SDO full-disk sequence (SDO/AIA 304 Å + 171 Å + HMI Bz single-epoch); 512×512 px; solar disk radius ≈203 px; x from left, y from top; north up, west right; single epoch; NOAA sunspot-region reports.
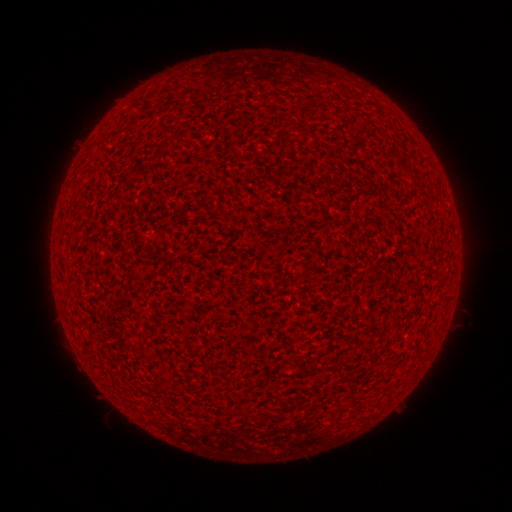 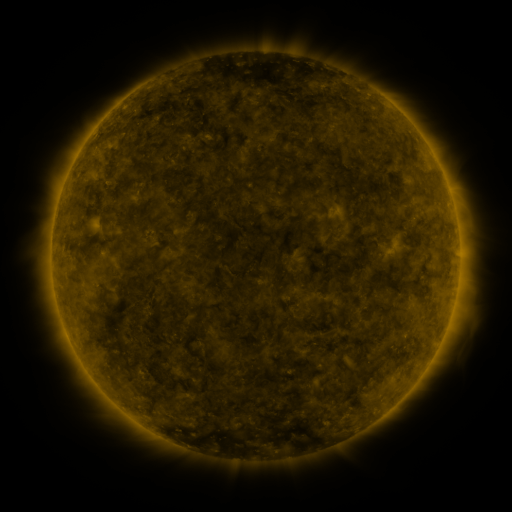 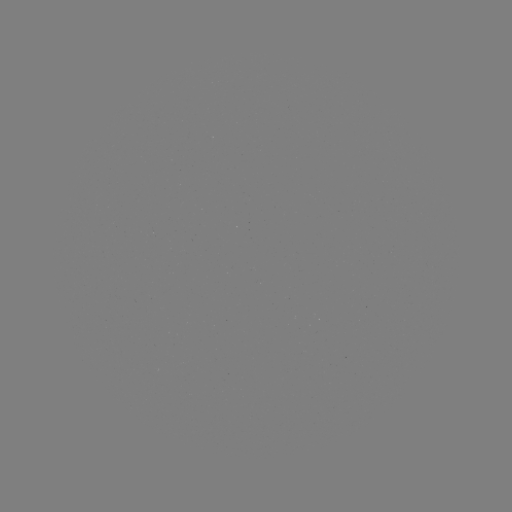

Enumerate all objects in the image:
(none)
